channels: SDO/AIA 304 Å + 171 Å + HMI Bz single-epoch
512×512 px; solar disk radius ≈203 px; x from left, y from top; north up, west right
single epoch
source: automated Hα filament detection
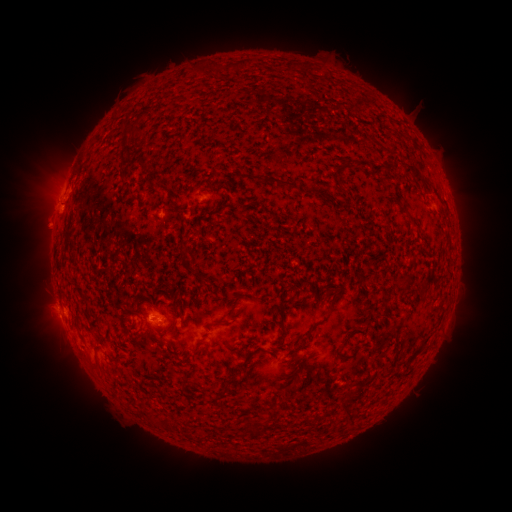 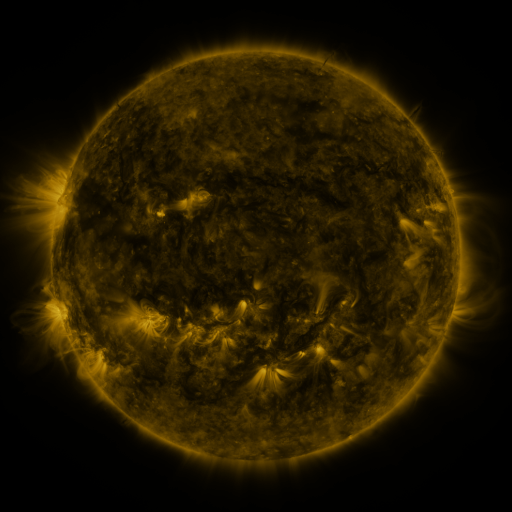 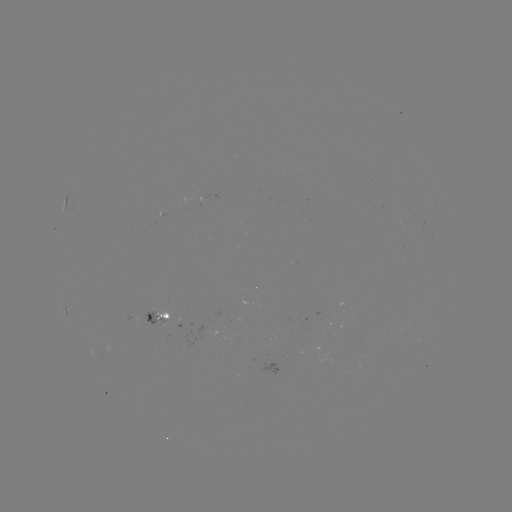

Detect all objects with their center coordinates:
filament: (240, 65)
filament: (289, 68)
filament: (218, 69)
filament: (304, 70)
filament: (198, 72)
filament: (127, 127)
filament: (365, 163)
filament: (415, 173)
filament: (277, 182)
filament: (356, 195)
filament: (168, 204)
filament: (414, 220)
filament: (287, 300)
filament: (332, 306)
filament: (180, 314)
filament: (283, 328)
filament: (311, 330)
filament: (250, 354)
filament: (412, 356)
filament: (233, 380)
filament: (365, 383)
filament: (224, 392)
filament: (153, 419)
filament: (252, 425)
